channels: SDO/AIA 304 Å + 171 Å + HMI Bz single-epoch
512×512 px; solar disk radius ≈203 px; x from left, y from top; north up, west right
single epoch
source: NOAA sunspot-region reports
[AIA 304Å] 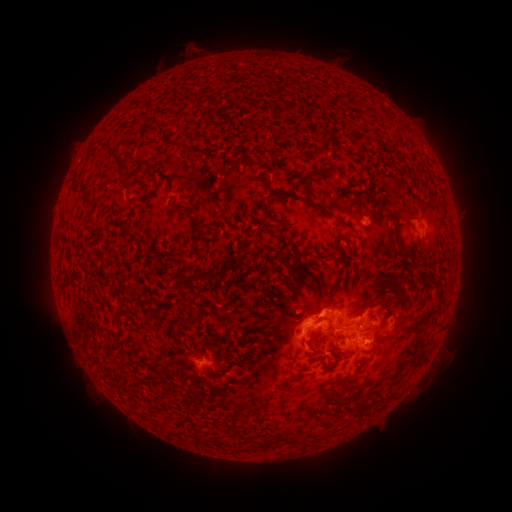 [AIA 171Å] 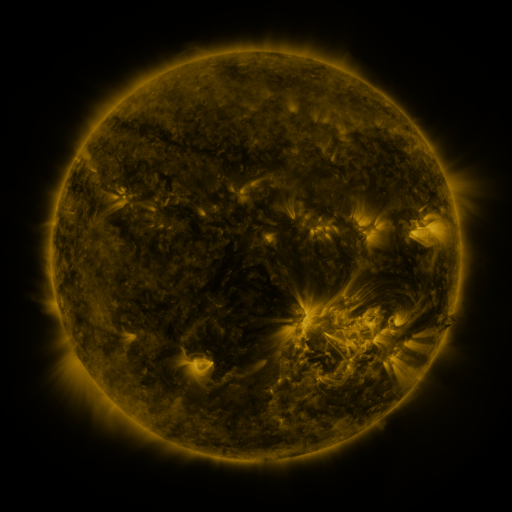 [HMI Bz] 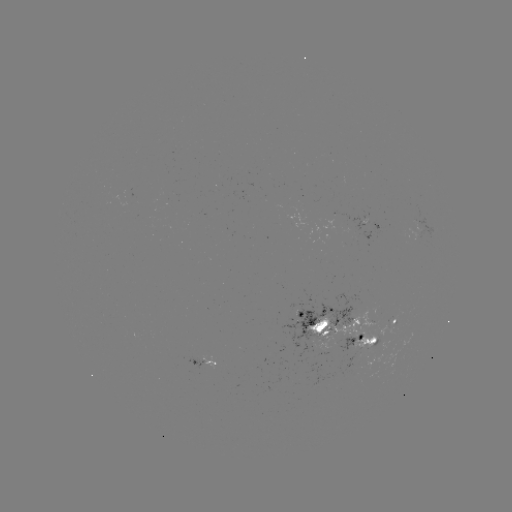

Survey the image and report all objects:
spotted active region: (372, 222)
spotted active region: (394, 322)
spotted active region: (332, 325)
spotted active region: (362, 340)
spotted active region: (202, 361)
